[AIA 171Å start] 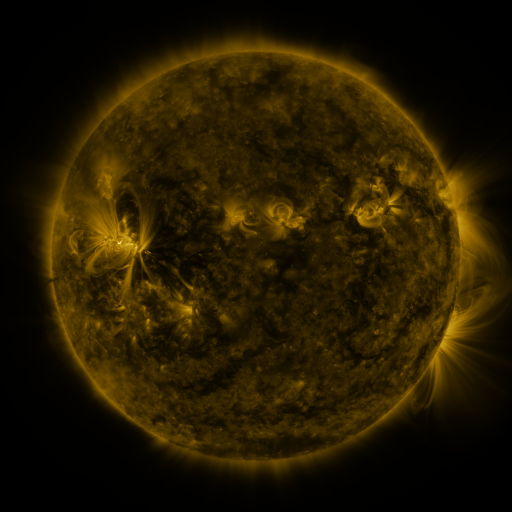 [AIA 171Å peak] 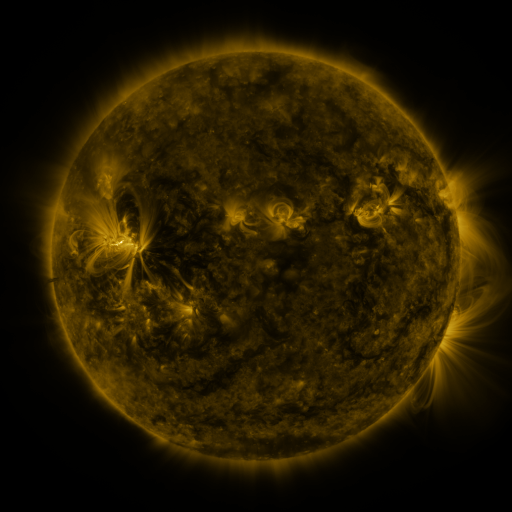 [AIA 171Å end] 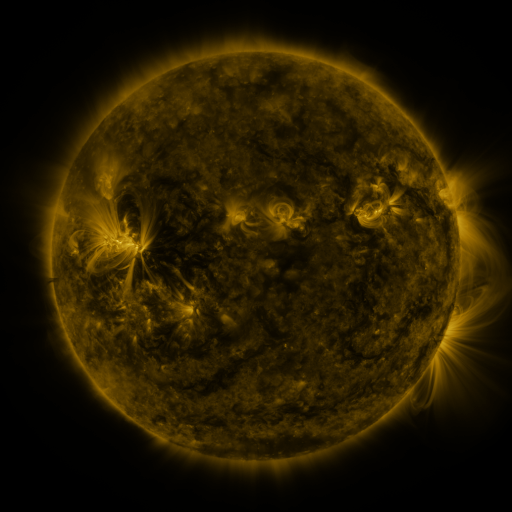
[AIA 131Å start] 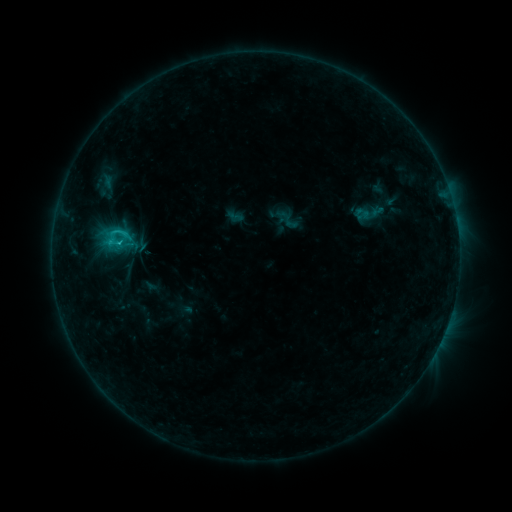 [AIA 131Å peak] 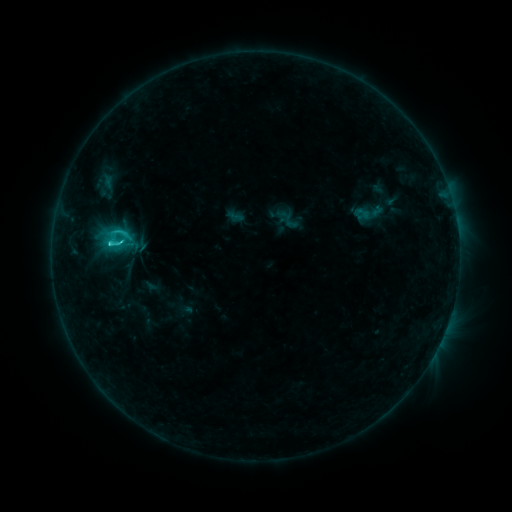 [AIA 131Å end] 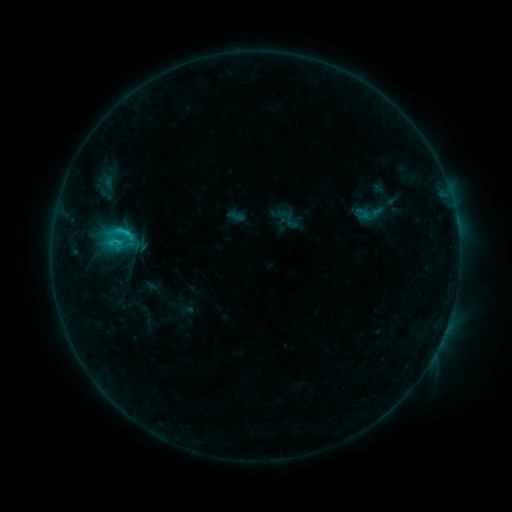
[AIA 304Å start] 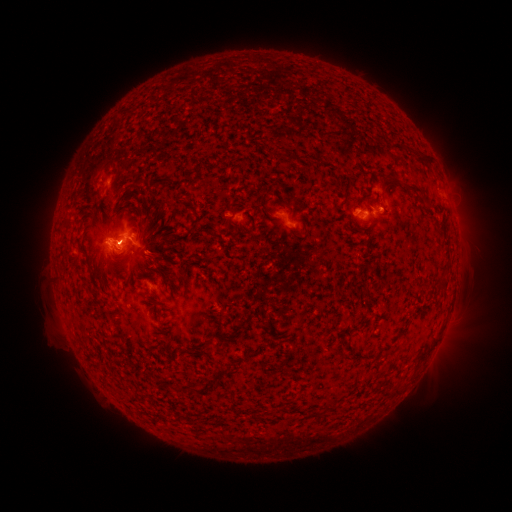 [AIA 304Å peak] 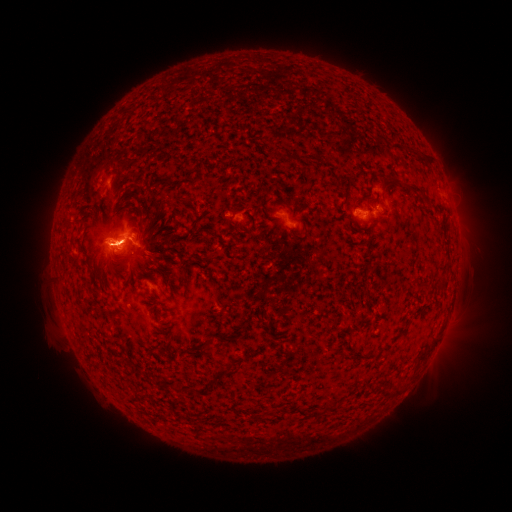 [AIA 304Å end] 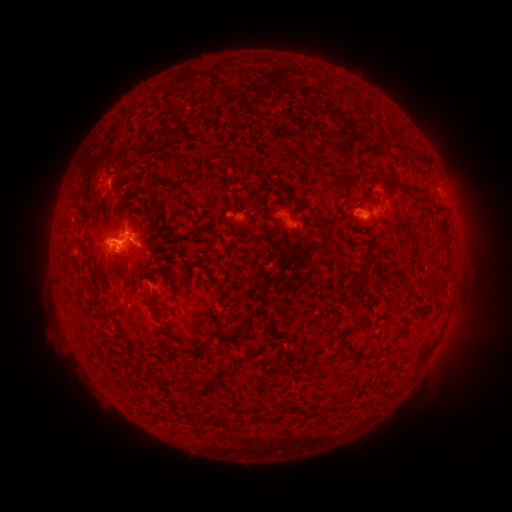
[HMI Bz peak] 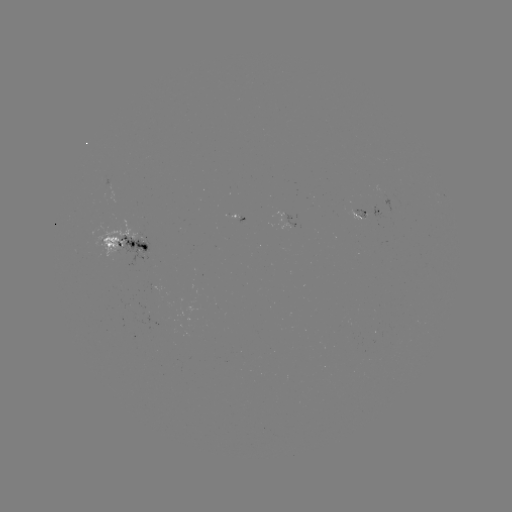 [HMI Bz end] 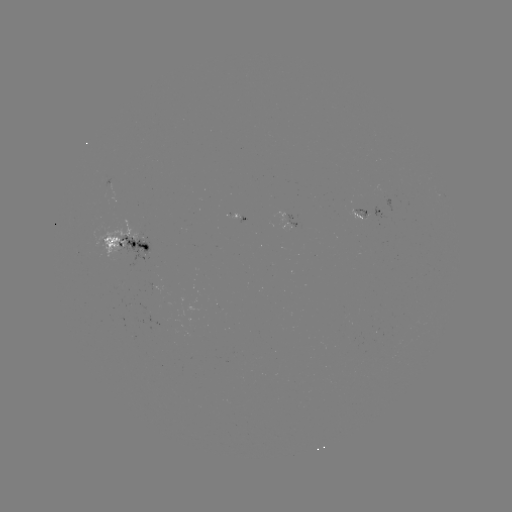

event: flare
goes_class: C2.4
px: (112, 245)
